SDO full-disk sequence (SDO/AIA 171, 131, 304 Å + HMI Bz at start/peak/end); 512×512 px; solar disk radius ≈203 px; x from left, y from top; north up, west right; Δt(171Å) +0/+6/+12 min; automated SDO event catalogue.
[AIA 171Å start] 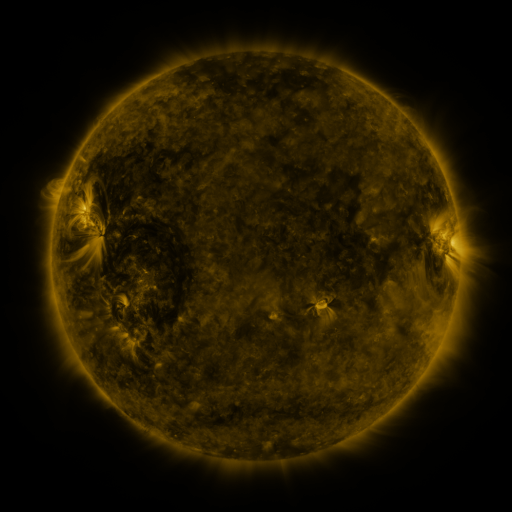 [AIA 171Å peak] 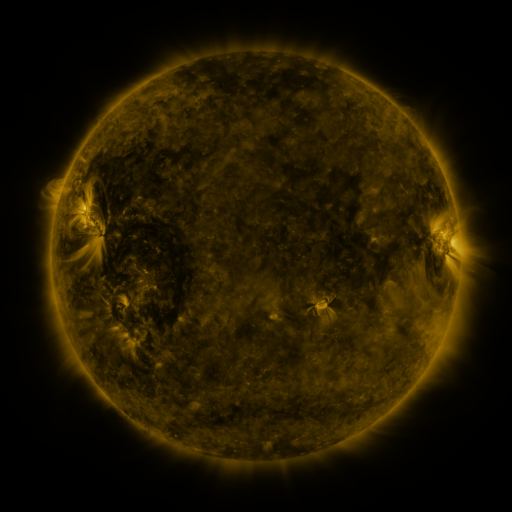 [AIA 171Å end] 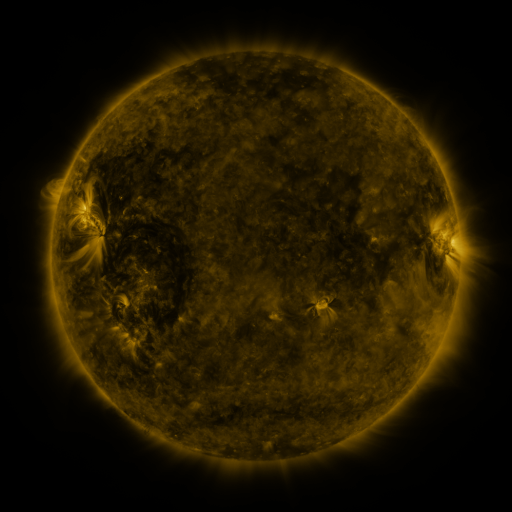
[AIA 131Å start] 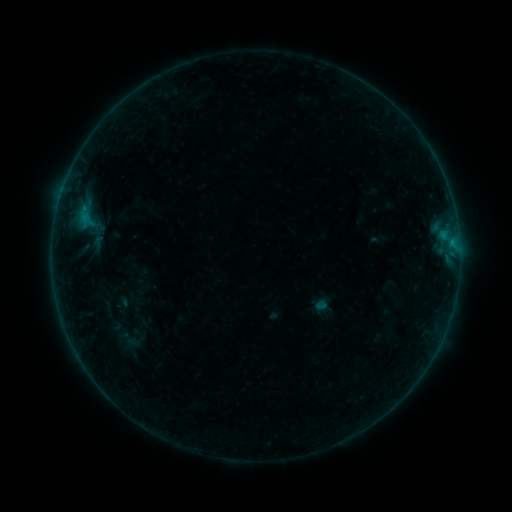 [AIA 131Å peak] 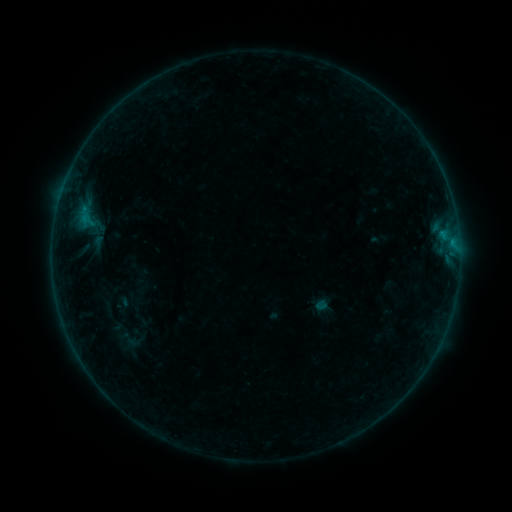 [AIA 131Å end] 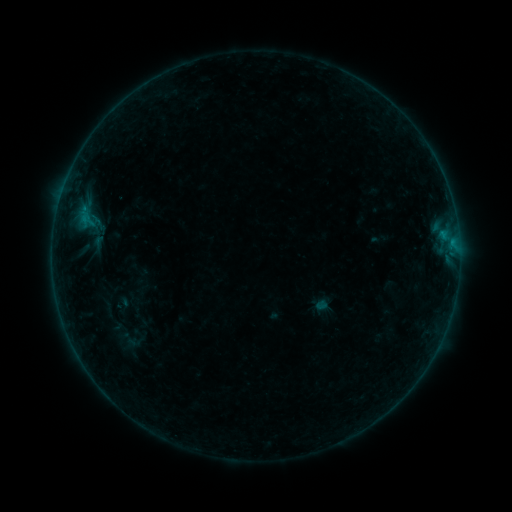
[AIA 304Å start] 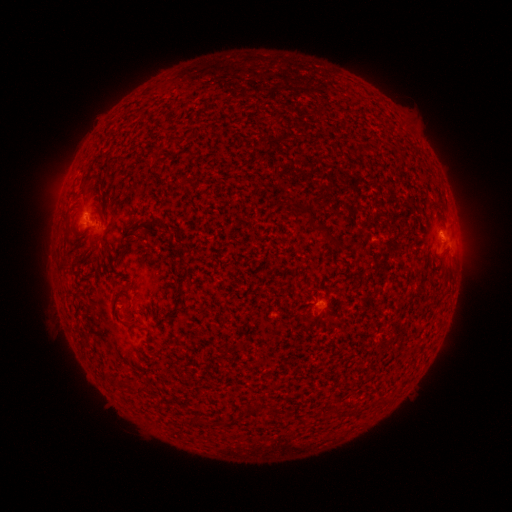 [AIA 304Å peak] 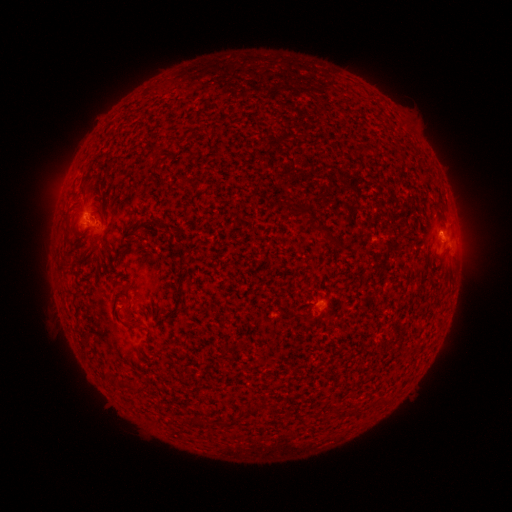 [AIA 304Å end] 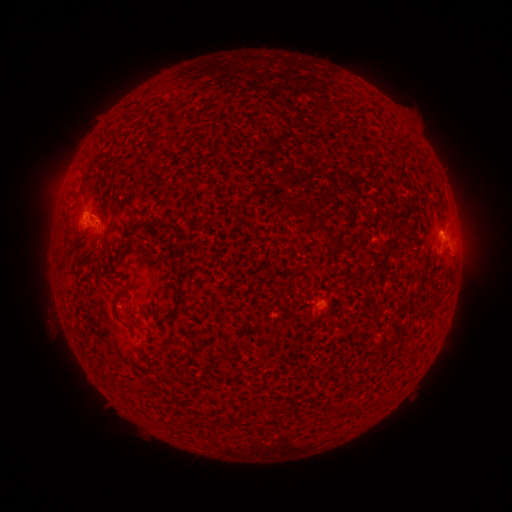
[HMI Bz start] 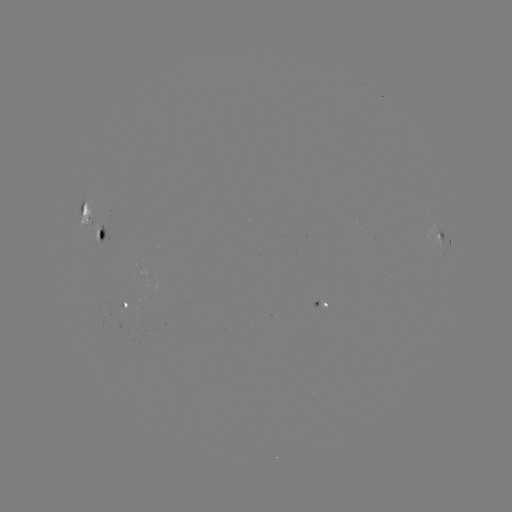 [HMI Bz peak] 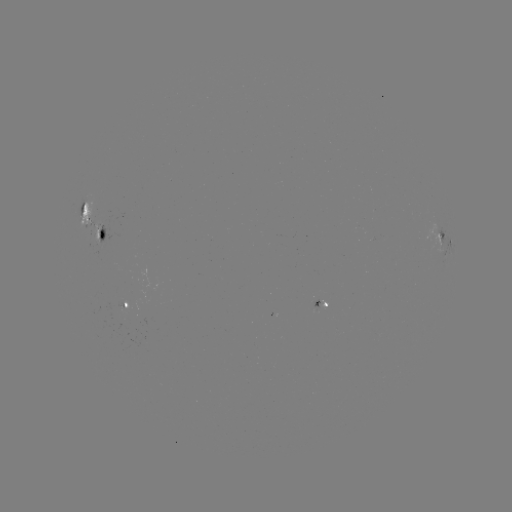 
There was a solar flare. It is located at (441, 234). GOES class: B2.3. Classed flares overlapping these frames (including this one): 1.